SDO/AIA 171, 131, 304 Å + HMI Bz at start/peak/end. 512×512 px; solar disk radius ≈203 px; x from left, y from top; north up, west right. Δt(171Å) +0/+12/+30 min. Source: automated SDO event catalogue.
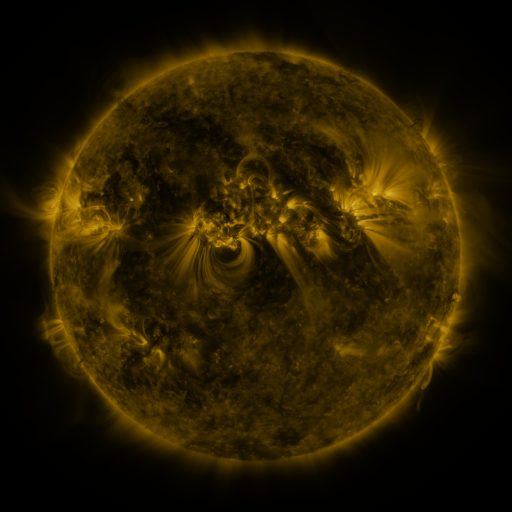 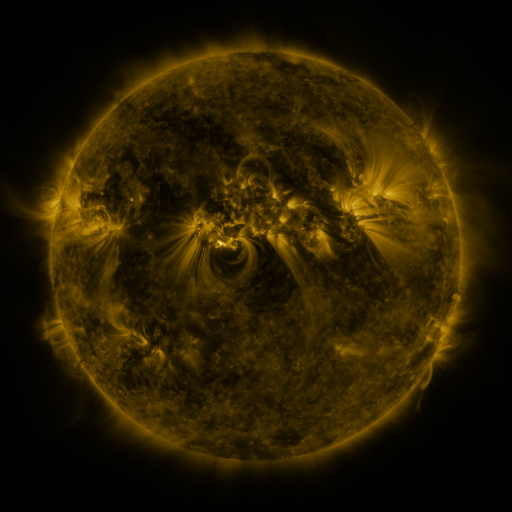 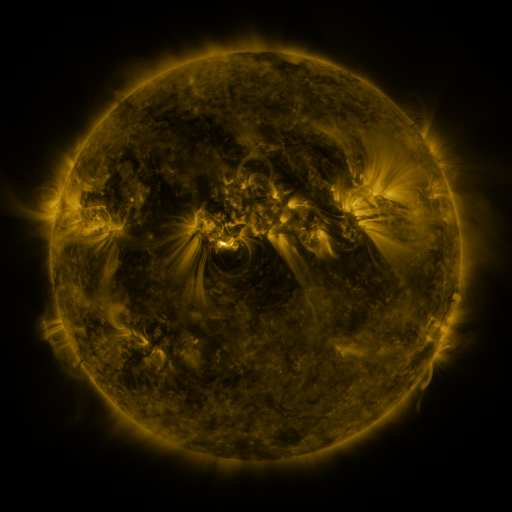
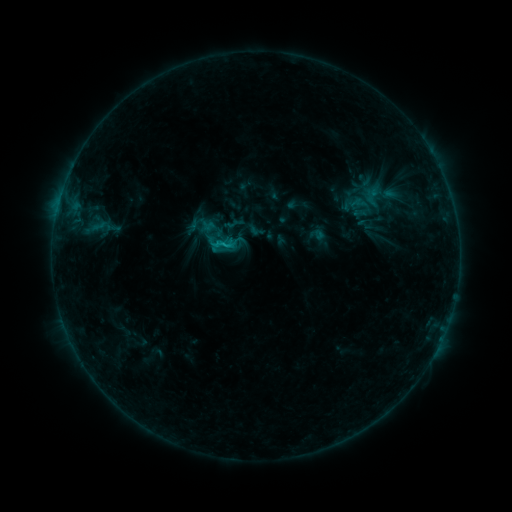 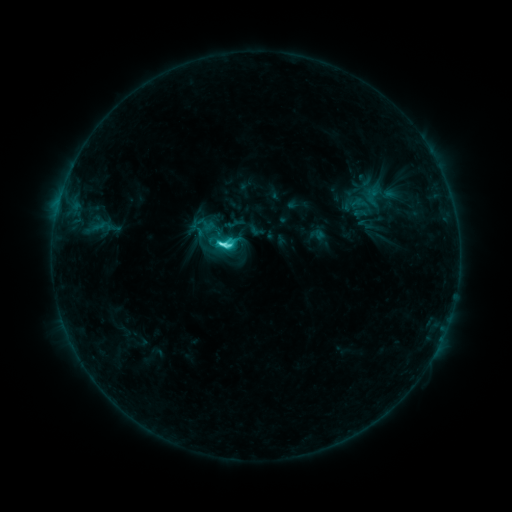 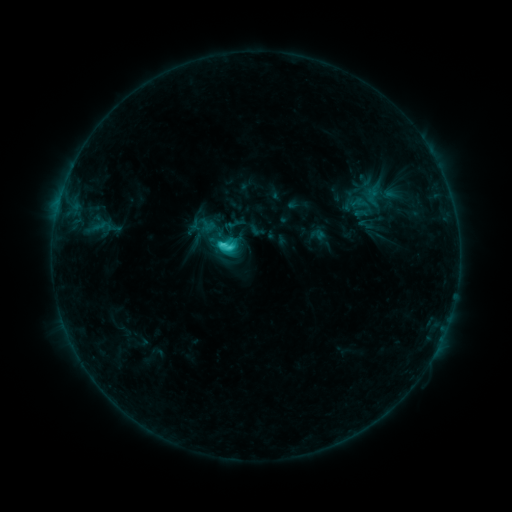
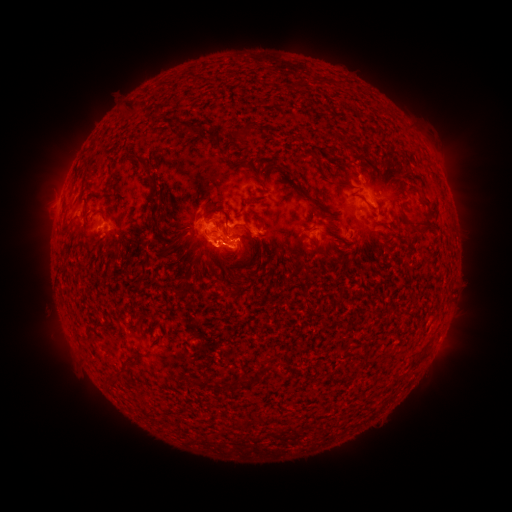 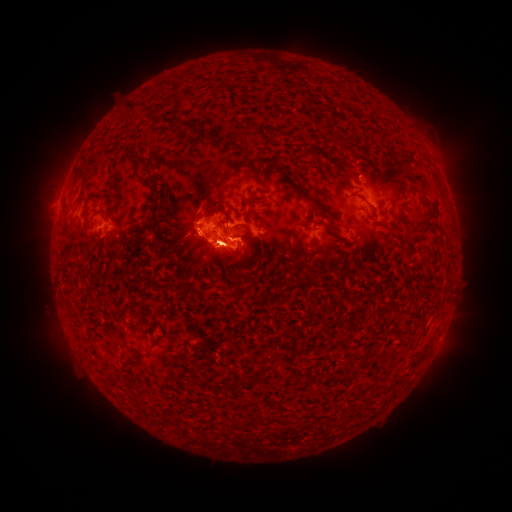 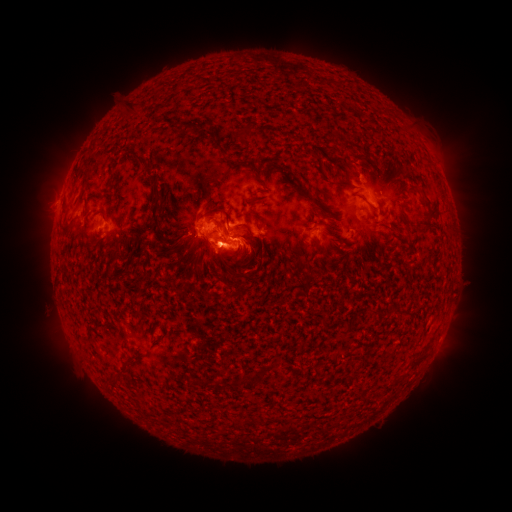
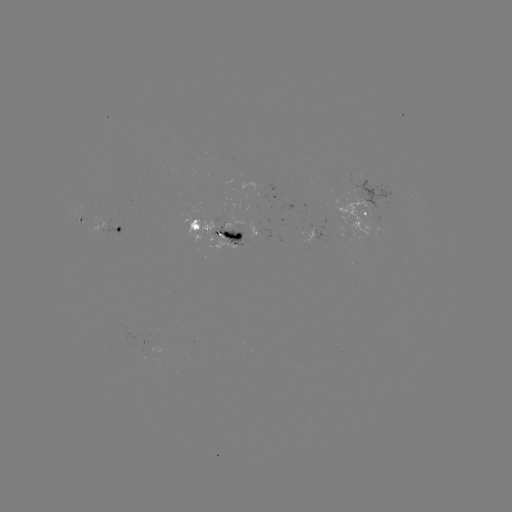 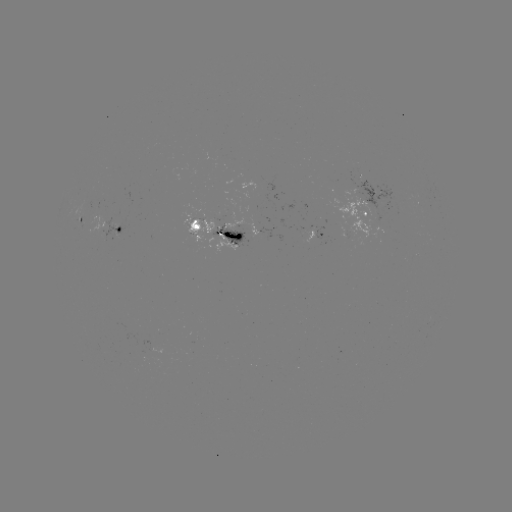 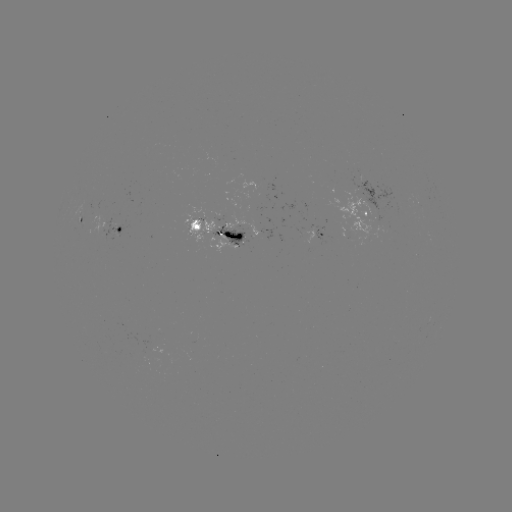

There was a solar flare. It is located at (224, 244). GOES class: C6.4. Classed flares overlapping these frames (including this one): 1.